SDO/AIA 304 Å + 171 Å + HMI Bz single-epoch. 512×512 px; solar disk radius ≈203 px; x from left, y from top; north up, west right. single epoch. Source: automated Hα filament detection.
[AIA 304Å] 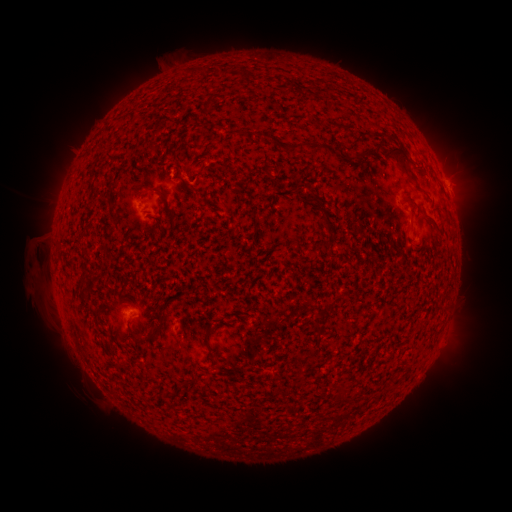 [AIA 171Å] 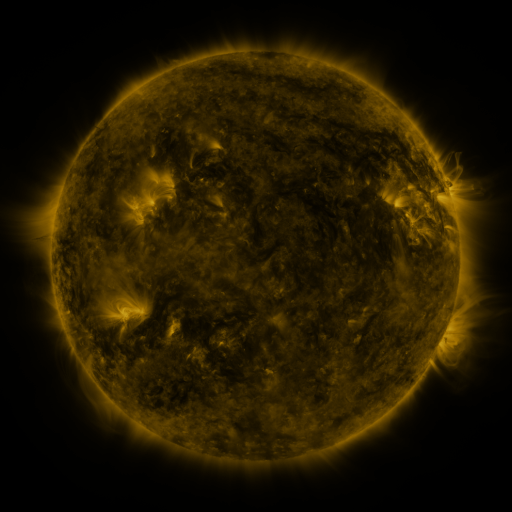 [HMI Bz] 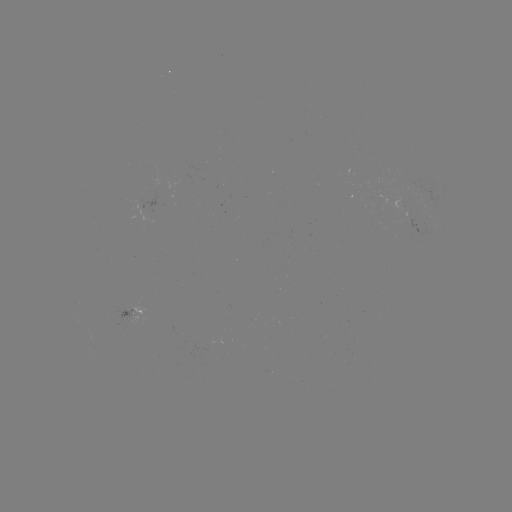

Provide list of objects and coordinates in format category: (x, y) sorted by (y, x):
filament: (291, 150)
filament: (374, 152)
filament: (401, 156)
filament: (187, 184)
filament: (309, 196)
filament: (167, 203)
filament: (411, 203)
filament: (158, 219)
filament: (432, 223)
filament: (410, 241)
filament: (156, 331)
filament: (207, 333)
filament: (163, 394)
